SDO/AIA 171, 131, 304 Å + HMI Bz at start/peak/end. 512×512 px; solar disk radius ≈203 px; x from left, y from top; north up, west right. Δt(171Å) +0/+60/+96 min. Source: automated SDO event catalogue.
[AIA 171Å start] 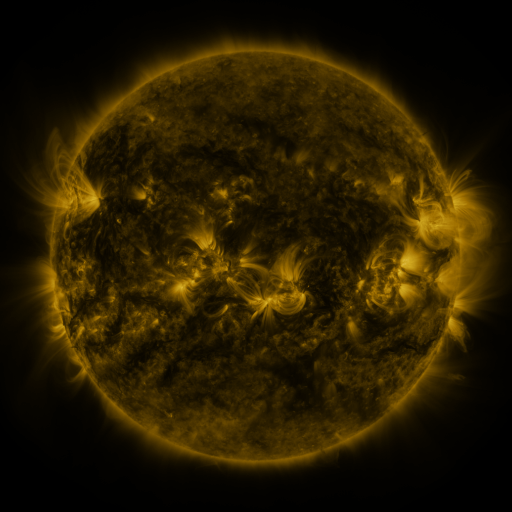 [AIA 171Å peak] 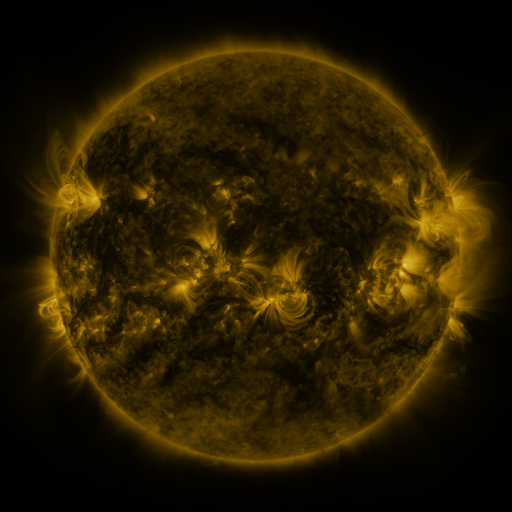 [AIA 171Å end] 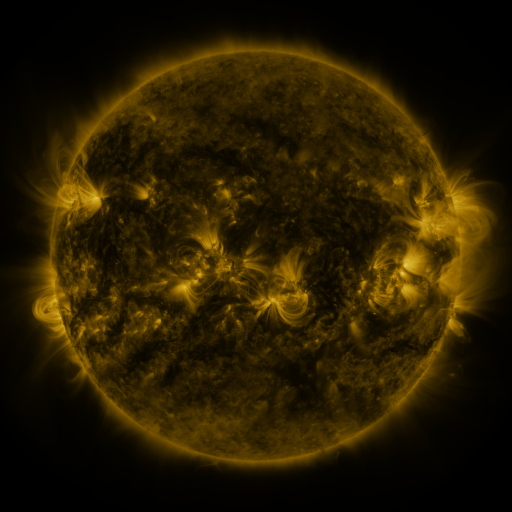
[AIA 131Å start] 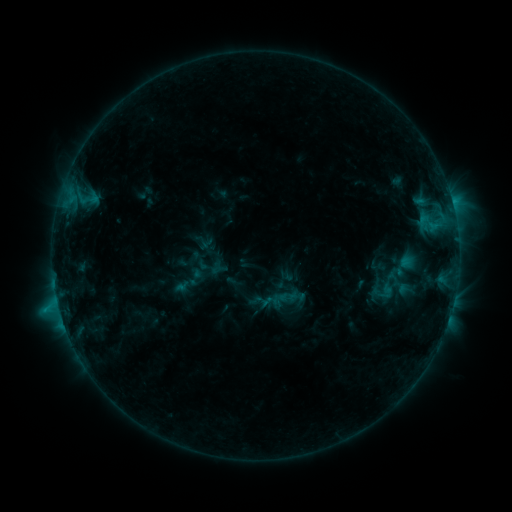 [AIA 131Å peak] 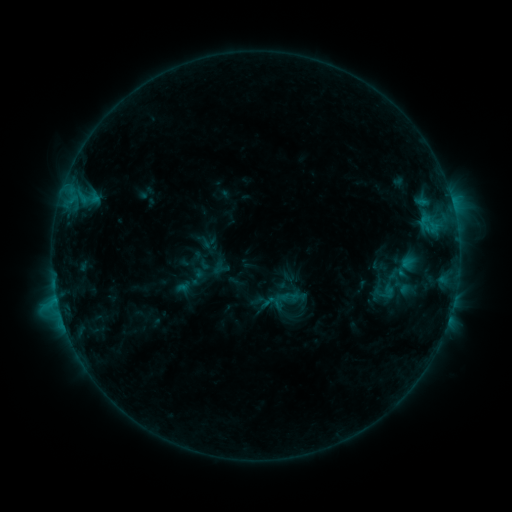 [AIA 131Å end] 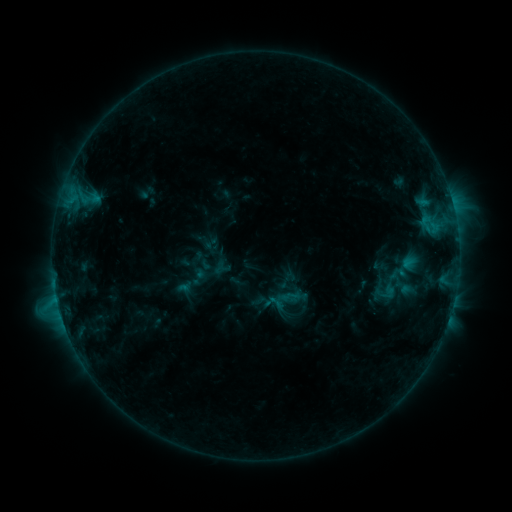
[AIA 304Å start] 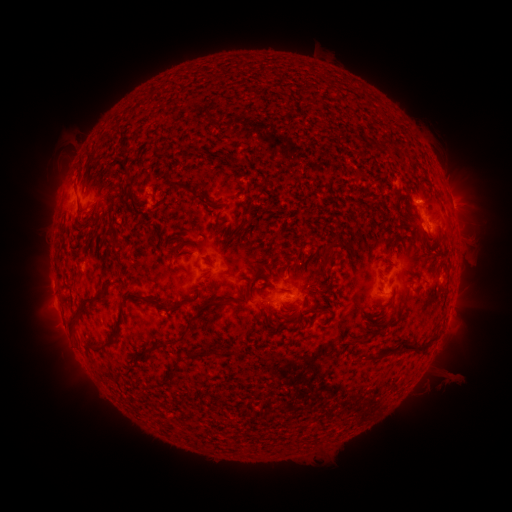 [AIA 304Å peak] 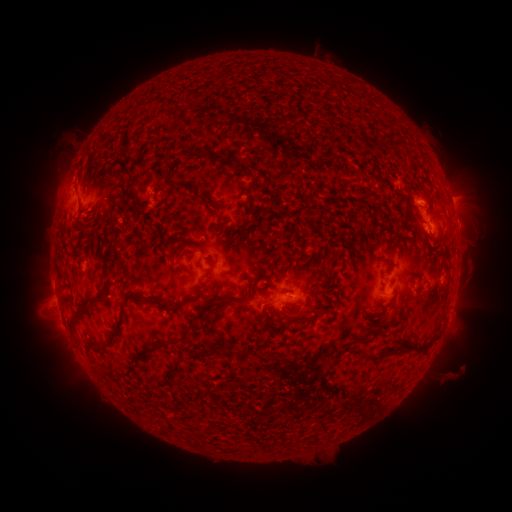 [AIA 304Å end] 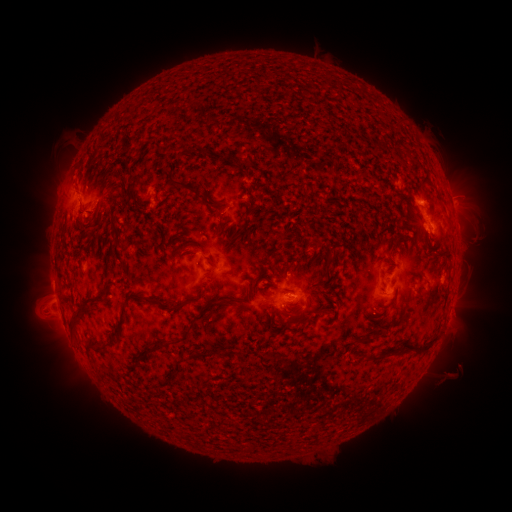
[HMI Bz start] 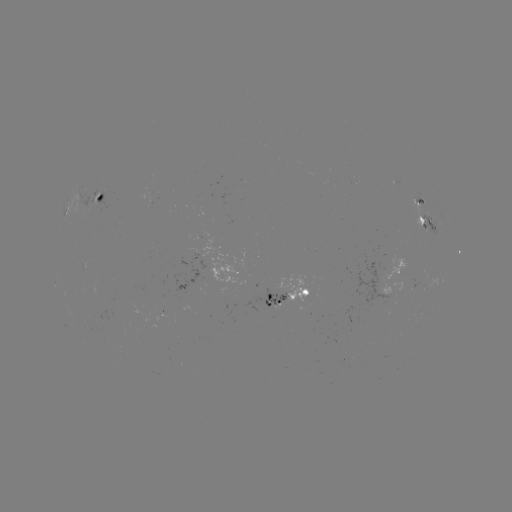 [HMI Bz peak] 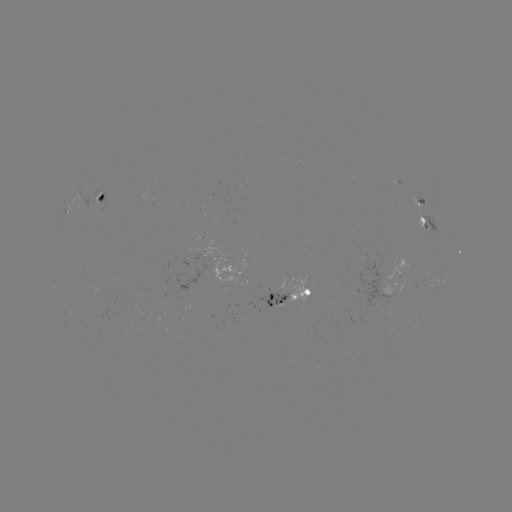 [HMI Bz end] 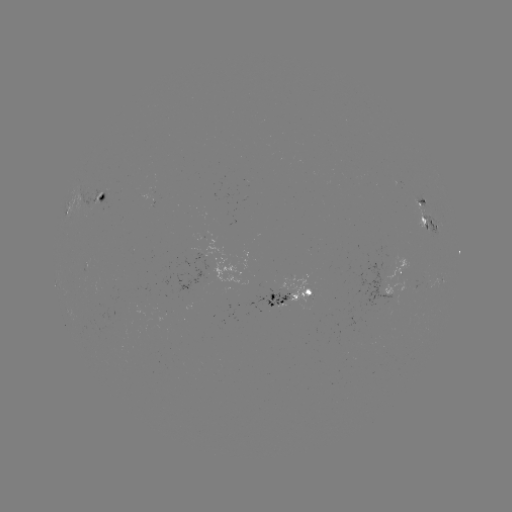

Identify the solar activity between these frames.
emerging-flux region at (386, 290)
